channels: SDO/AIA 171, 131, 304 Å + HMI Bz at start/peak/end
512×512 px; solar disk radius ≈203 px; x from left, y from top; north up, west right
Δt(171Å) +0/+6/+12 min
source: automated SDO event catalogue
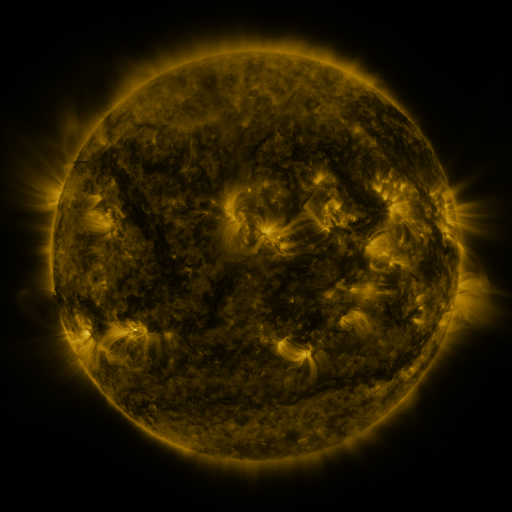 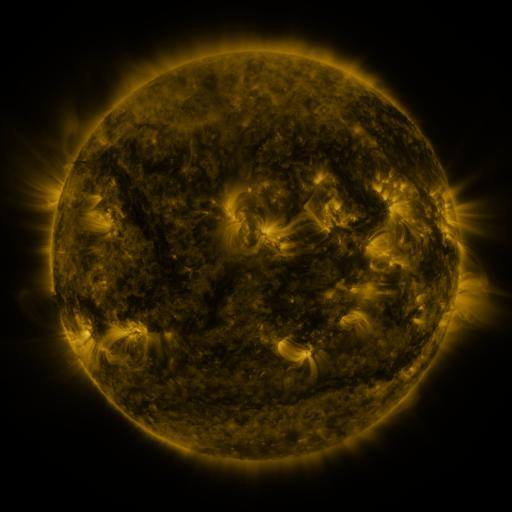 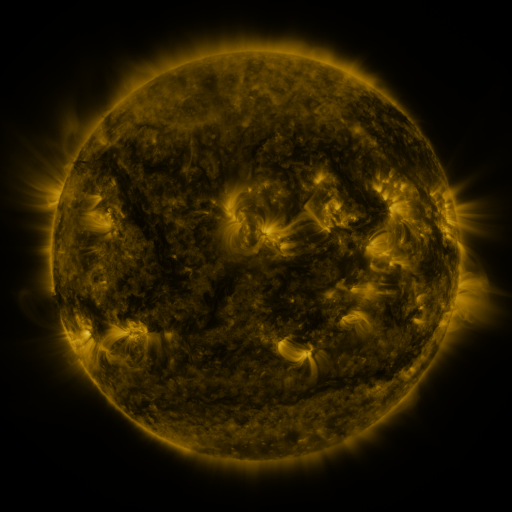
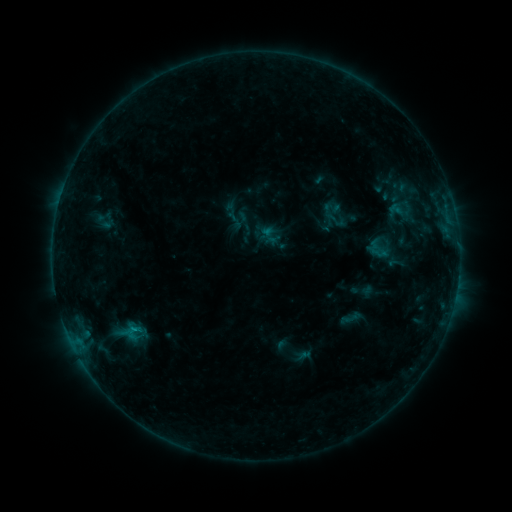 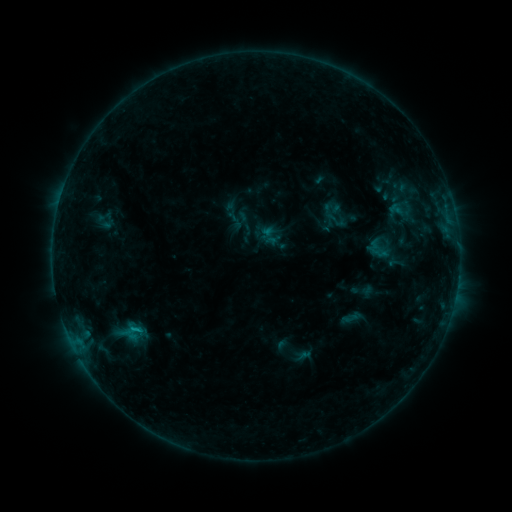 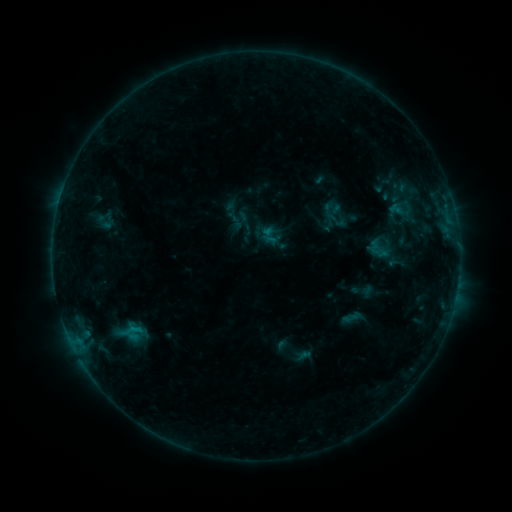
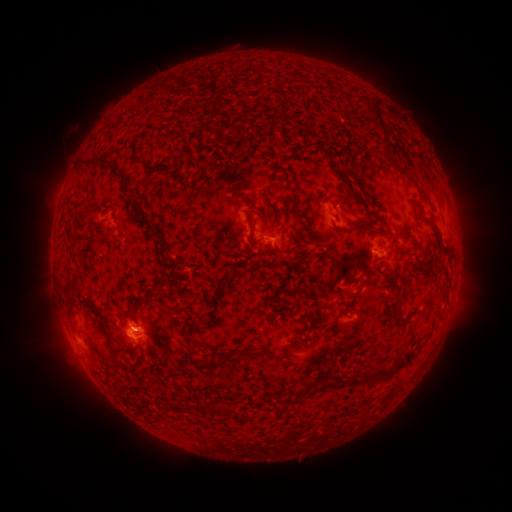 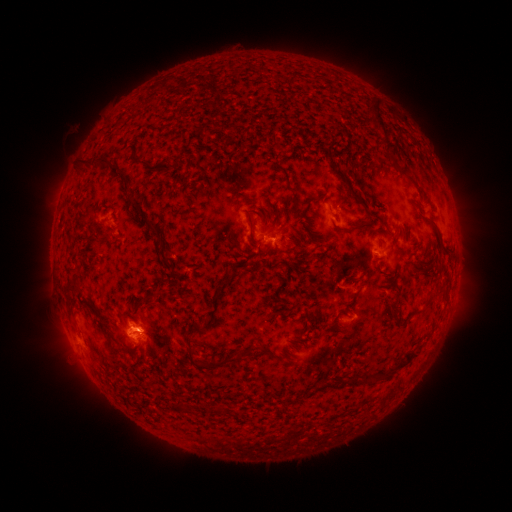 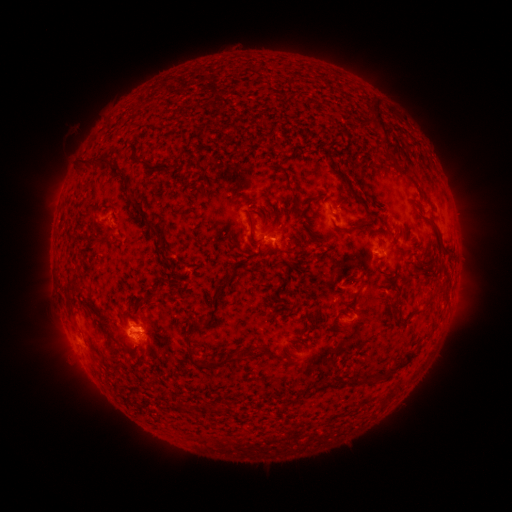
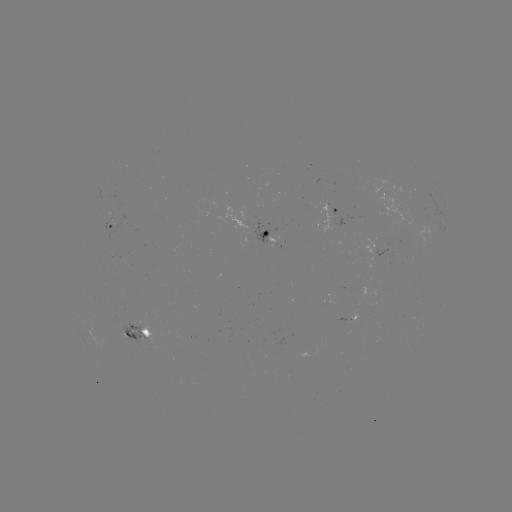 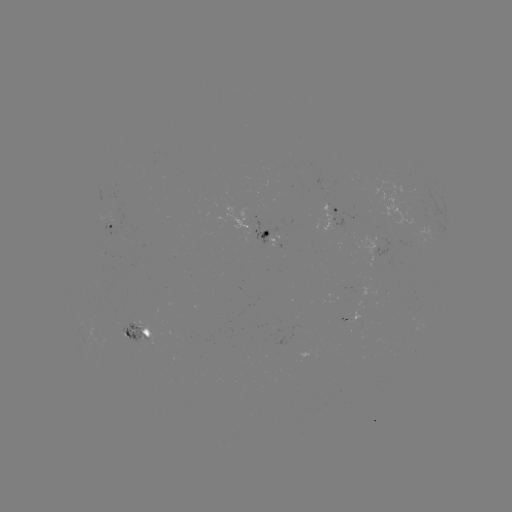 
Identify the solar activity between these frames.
B5.2 flare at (135, 328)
